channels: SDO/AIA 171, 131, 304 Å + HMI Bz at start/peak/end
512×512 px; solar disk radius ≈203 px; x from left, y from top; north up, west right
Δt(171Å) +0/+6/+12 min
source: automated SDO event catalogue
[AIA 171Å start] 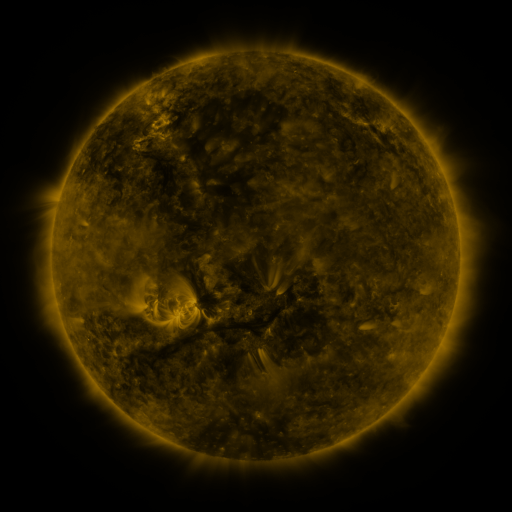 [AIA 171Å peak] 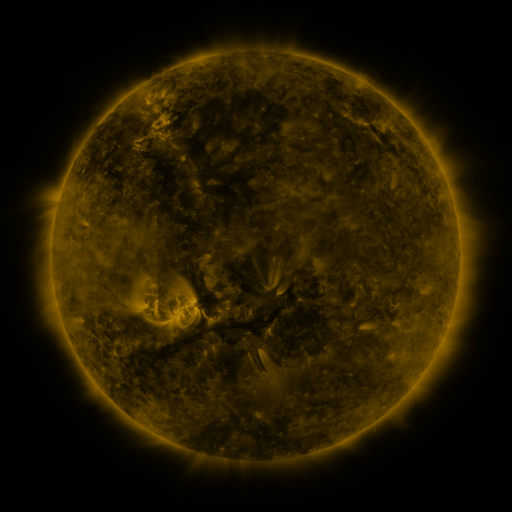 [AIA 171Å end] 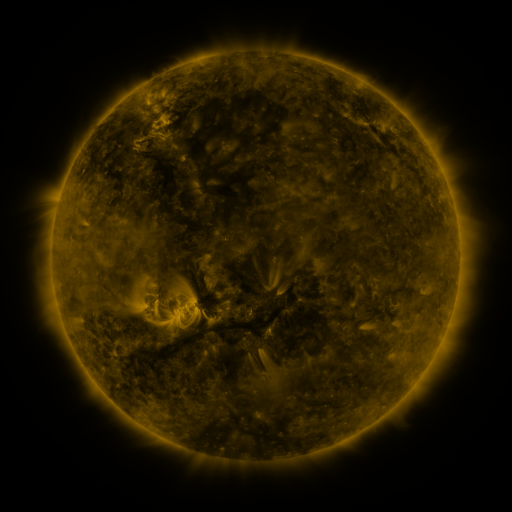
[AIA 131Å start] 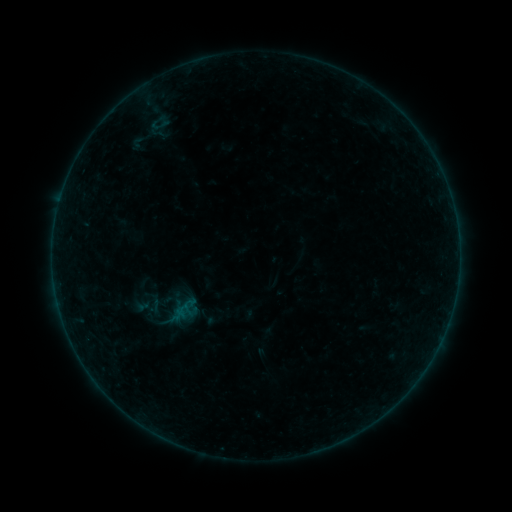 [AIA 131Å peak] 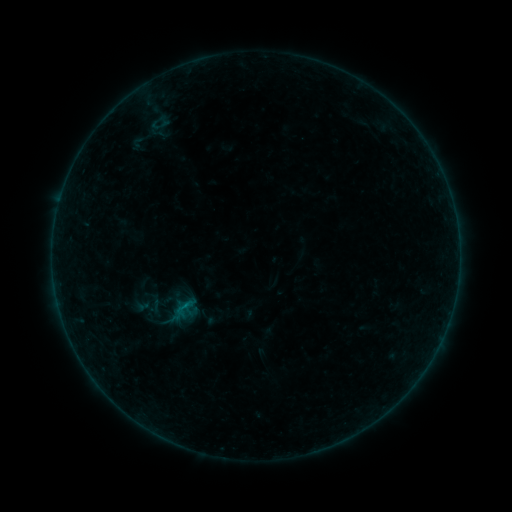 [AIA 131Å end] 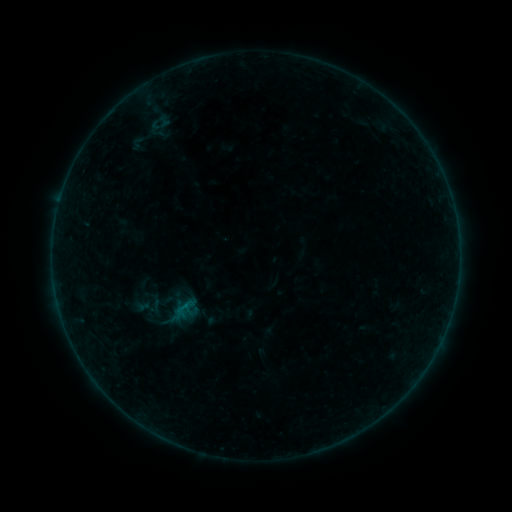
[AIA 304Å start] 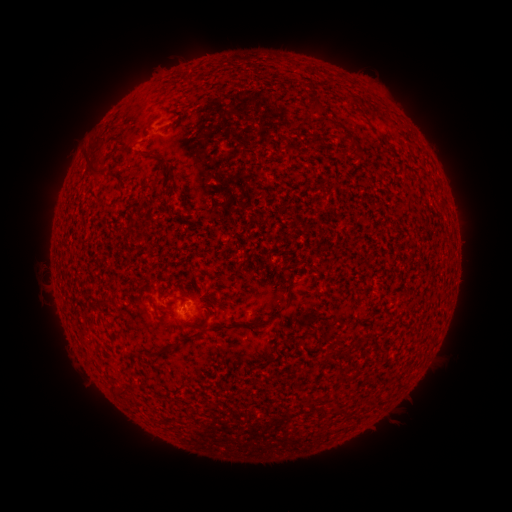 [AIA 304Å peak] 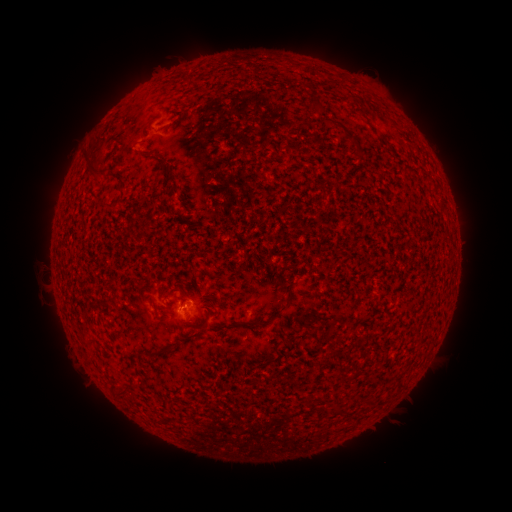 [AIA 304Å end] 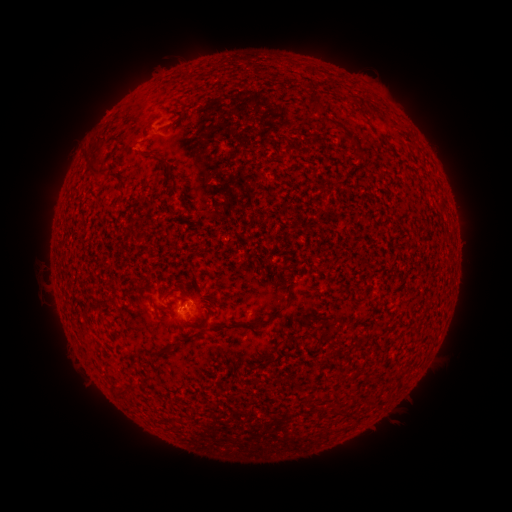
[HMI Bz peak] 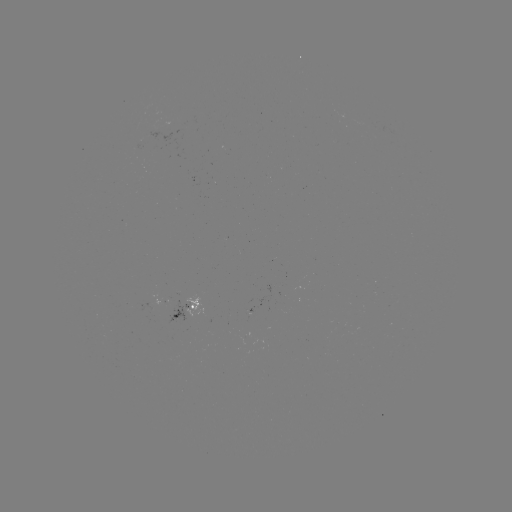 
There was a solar flare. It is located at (181, 306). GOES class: B1.8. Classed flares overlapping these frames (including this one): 1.